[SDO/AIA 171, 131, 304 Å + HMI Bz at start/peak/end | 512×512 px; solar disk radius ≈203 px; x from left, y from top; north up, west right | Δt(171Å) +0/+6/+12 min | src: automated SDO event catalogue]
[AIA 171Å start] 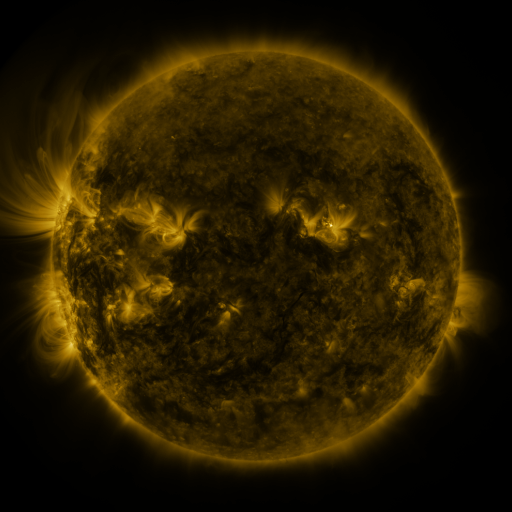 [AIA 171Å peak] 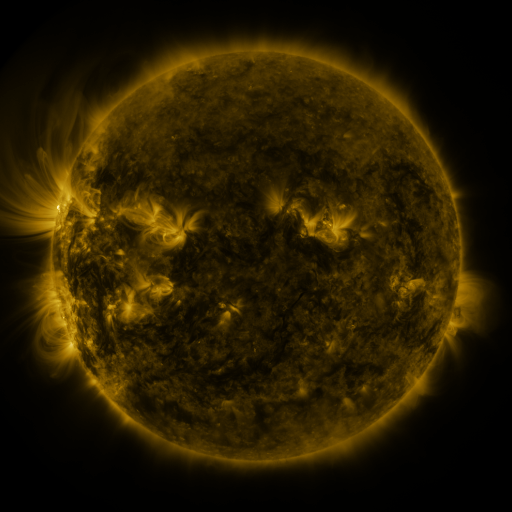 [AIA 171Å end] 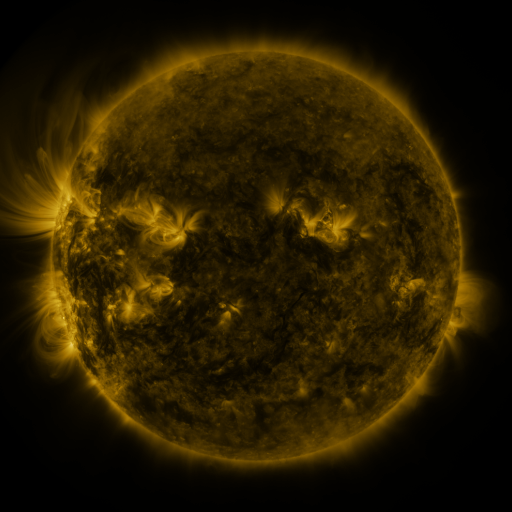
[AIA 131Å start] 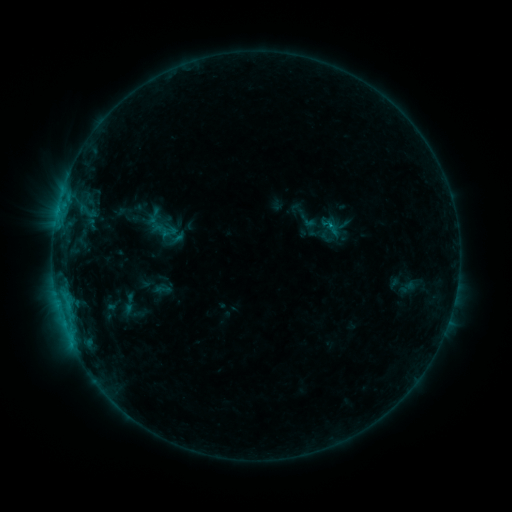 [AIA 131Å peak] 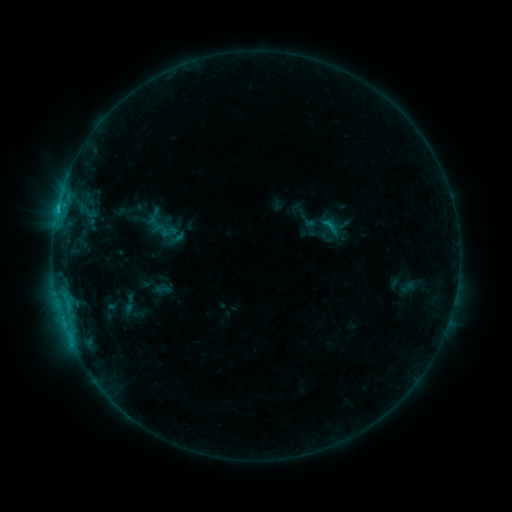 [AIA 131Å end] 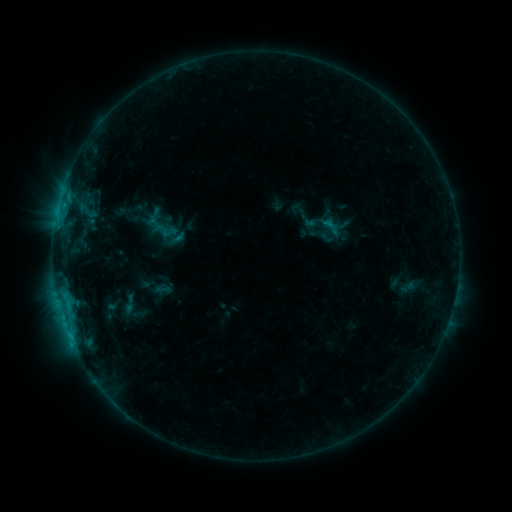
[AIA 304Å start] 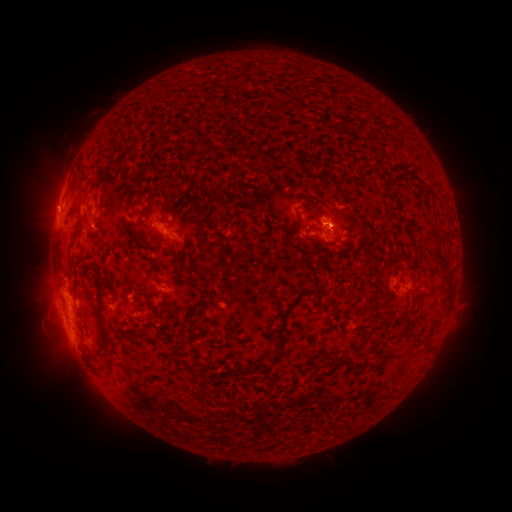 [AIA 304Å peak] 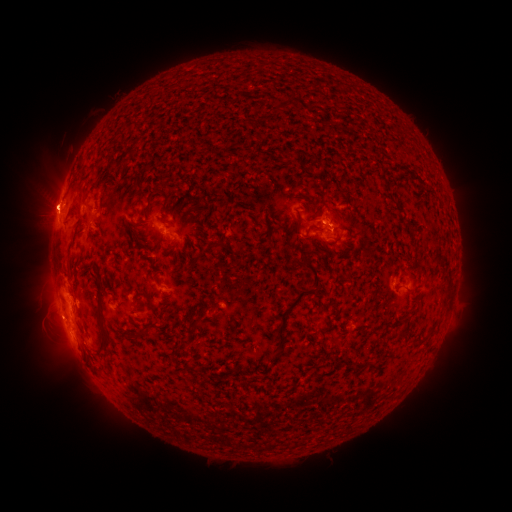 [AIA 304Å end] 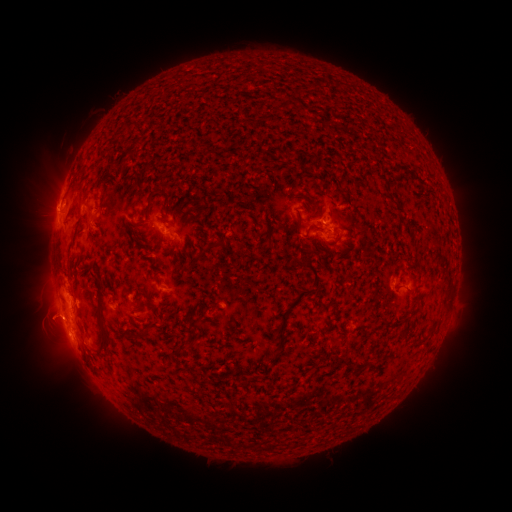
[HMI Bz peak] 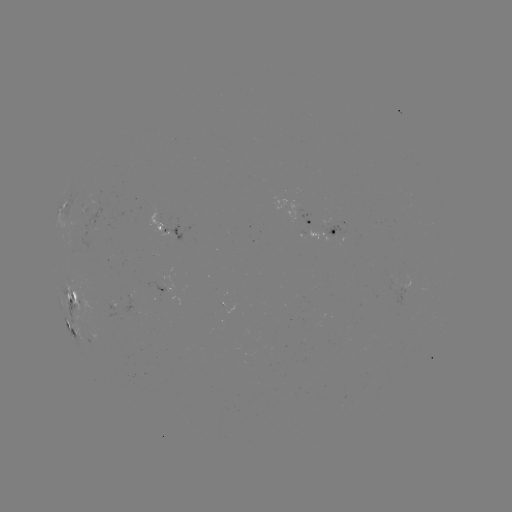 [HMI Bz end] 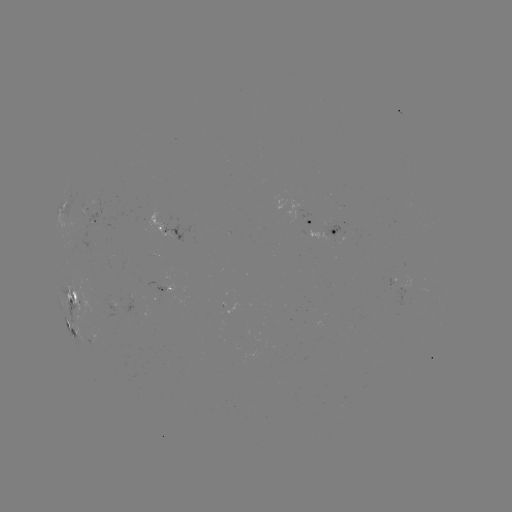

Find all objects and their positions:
C1.2 flare: (328, 229)
